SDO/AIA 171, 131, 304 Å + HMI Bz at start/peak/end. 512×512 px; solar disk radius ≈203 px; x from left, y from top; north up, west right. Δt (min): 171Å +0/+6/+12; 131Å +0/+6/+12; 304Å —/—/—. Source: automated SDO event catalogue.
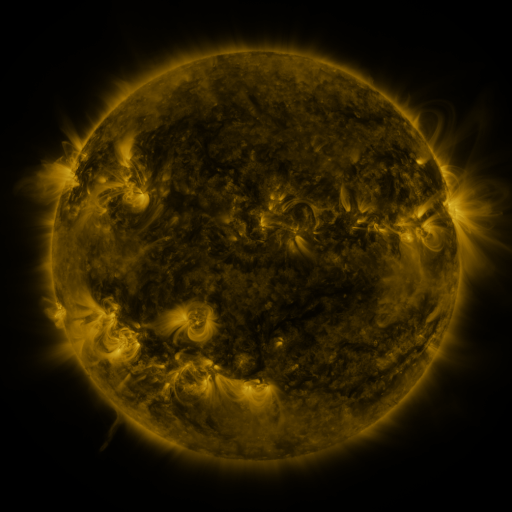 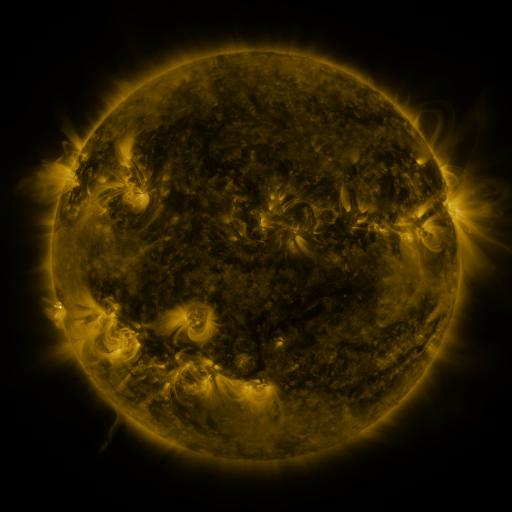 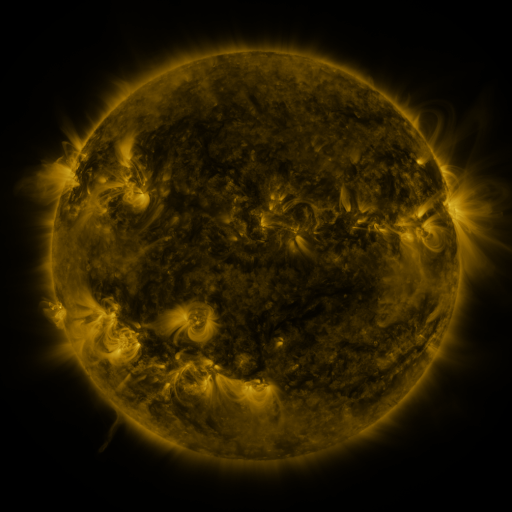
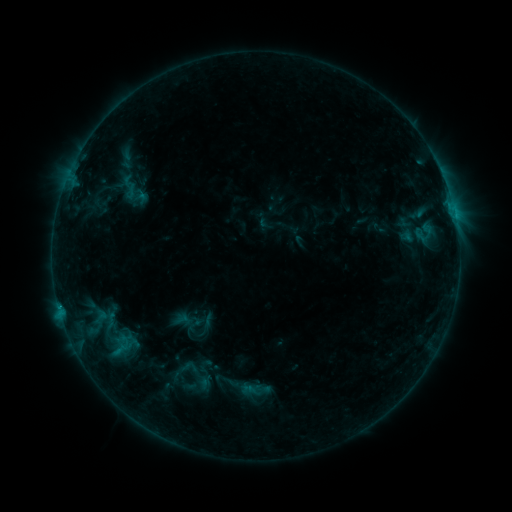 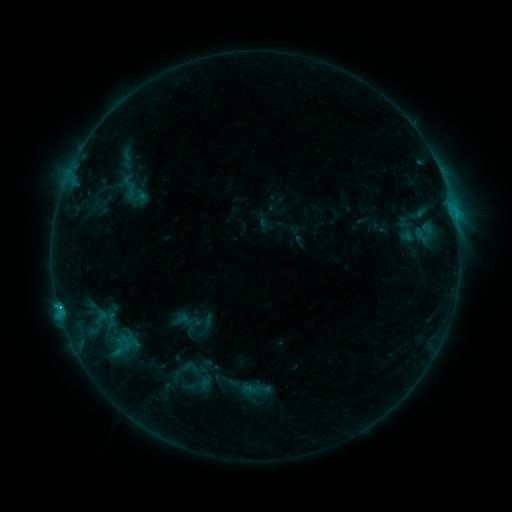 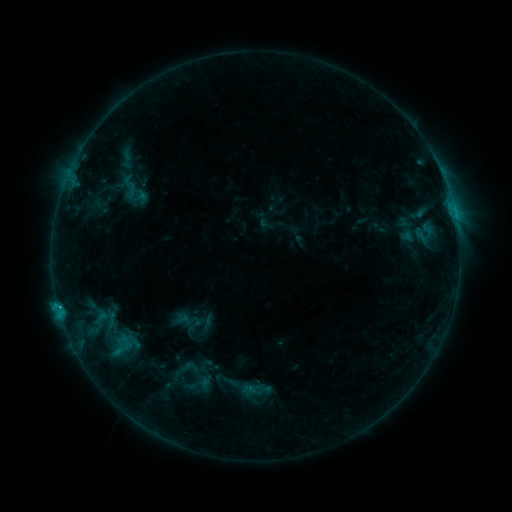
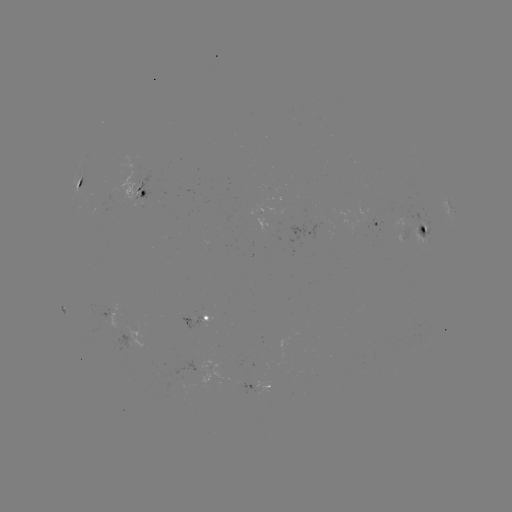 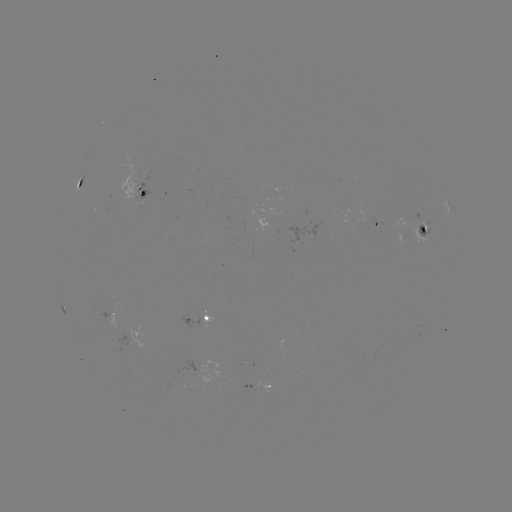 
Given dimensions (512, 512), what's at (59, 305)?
C2.3 flare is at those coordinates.